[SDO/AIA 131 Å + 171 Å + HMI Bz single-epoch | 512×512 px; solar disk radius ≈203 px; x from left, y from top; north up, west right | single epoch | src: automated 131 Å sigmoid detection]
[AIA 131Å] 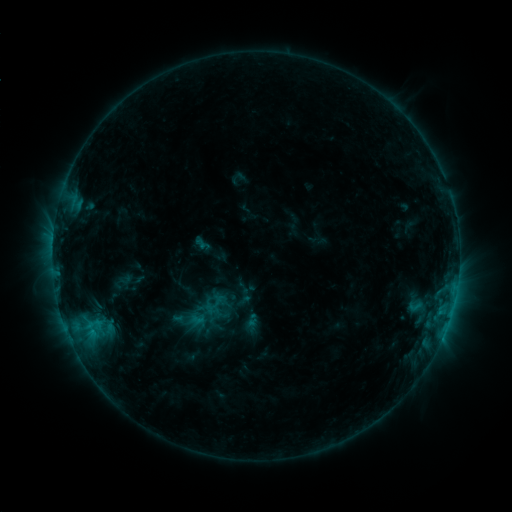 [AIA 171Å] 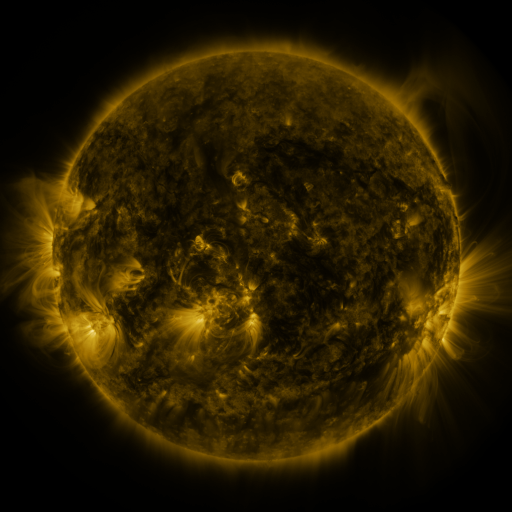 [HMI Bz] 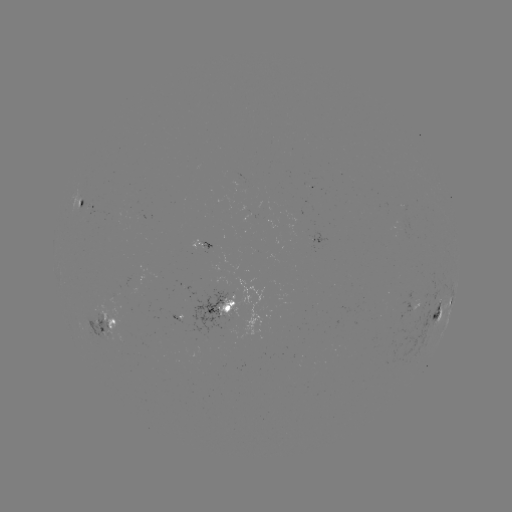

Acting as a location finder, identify sigmoid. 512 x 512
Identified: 196,320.